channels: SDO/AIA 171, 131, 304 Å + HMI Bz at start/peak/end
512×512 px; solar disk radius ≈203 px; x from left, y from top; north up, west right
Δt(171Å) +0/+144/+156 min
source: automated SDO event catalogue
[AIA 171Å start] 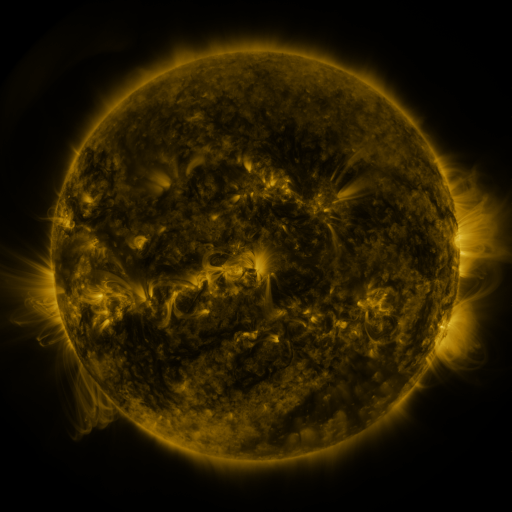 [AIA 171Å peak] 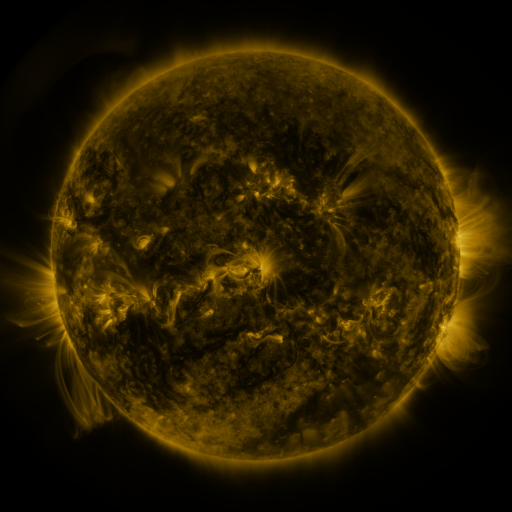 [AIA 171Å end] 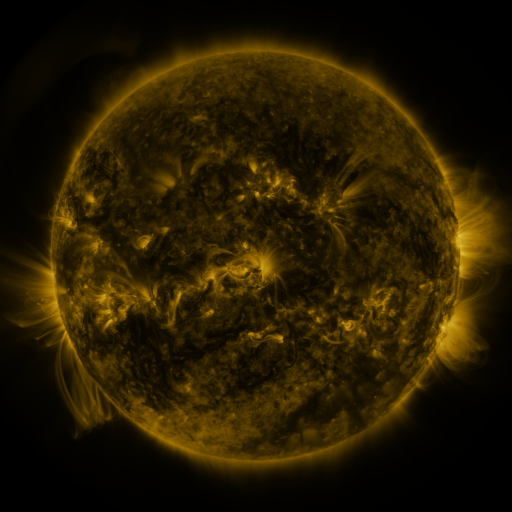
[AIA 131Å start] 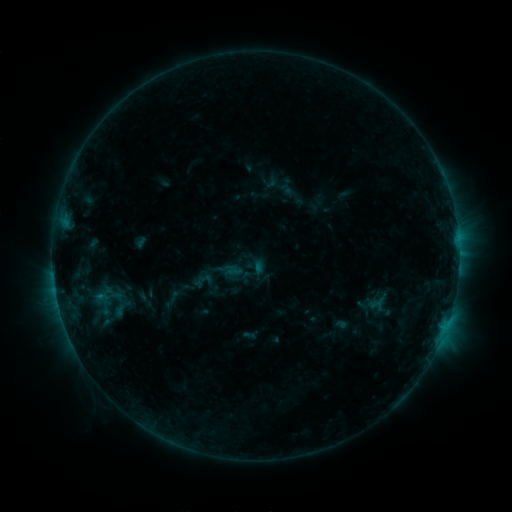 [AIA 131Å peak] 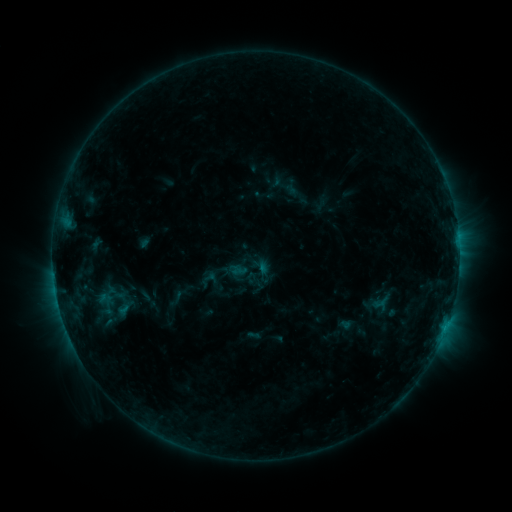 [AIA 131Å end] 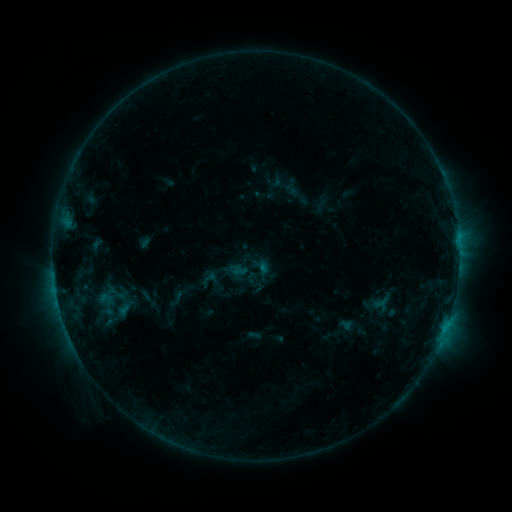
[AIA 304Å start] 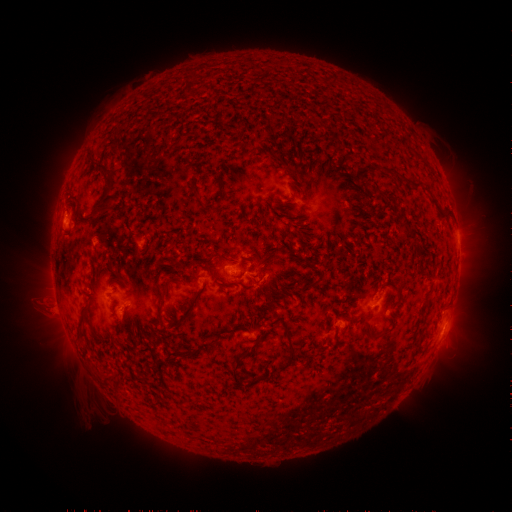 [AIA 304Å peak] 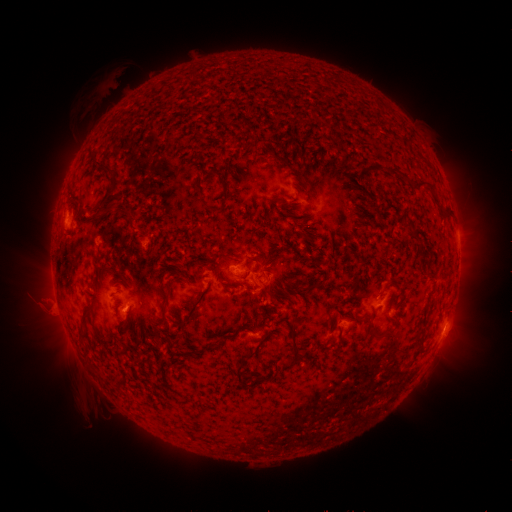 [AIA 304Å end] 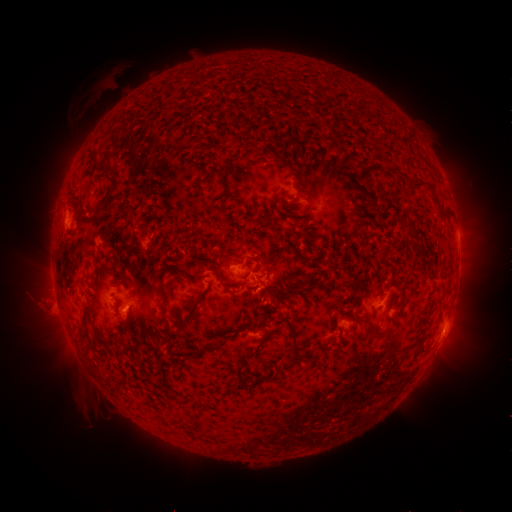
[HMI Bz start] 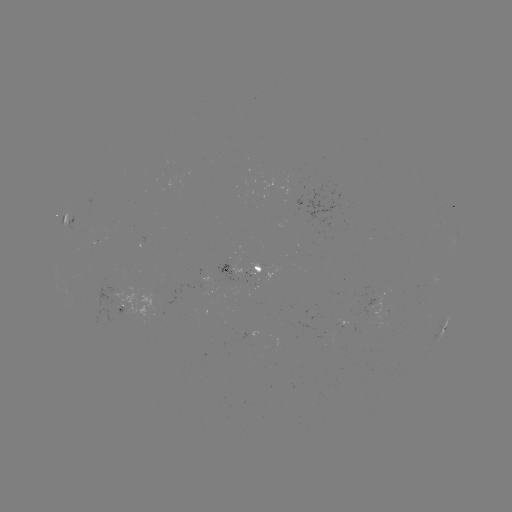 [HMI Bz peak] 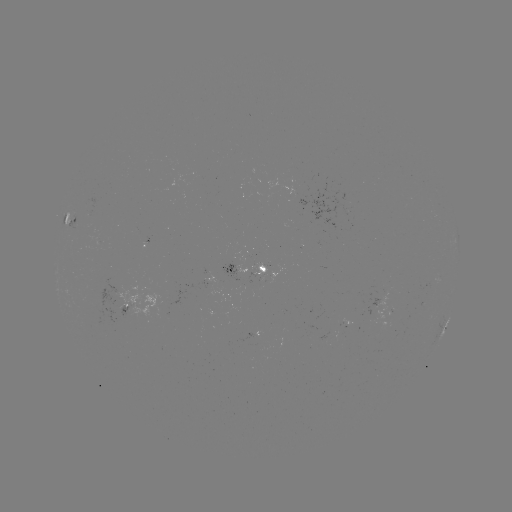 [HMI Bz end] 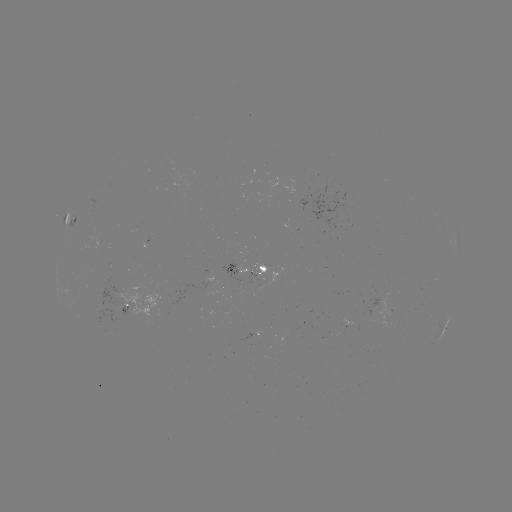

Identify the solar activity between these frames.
emerging-flux region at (122, 309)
